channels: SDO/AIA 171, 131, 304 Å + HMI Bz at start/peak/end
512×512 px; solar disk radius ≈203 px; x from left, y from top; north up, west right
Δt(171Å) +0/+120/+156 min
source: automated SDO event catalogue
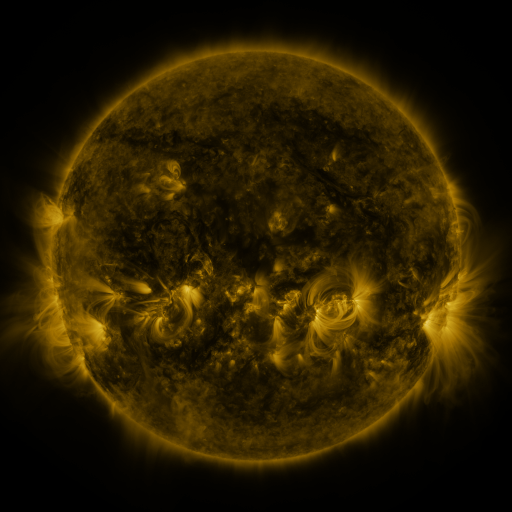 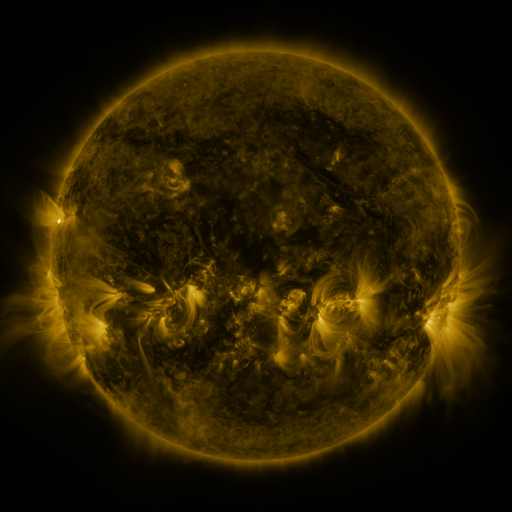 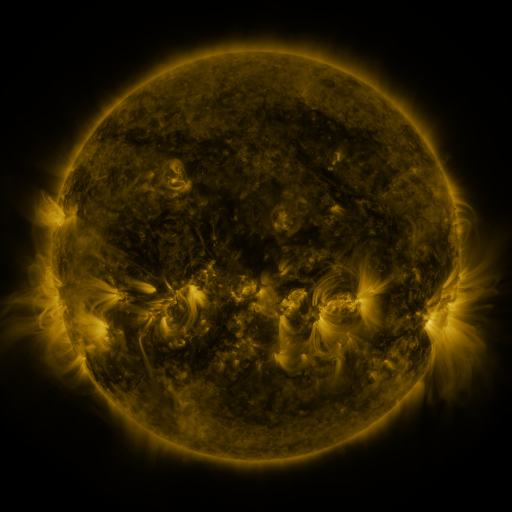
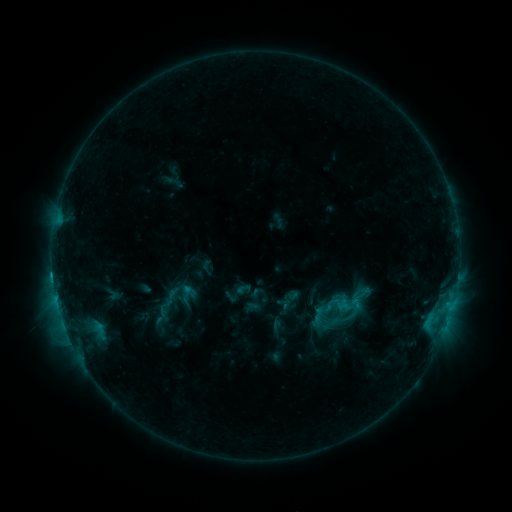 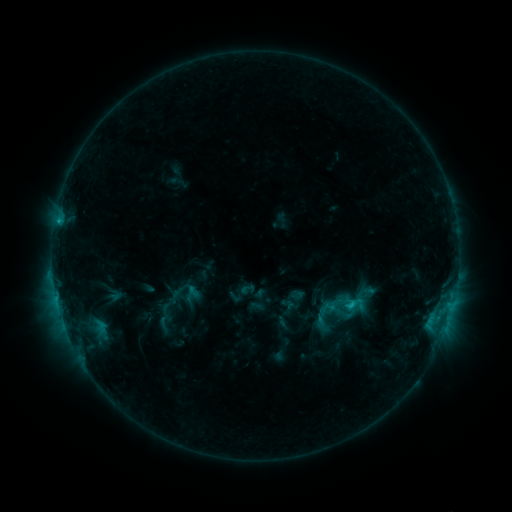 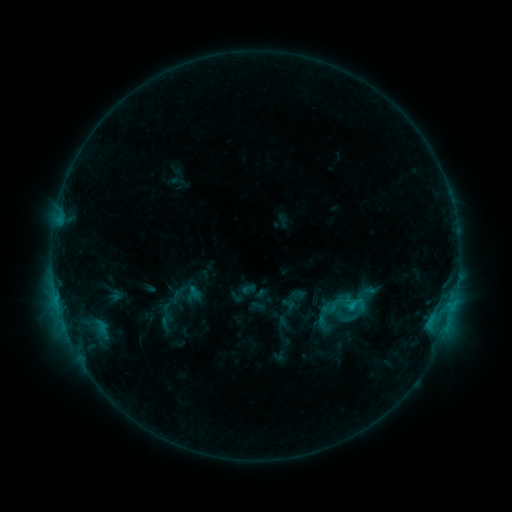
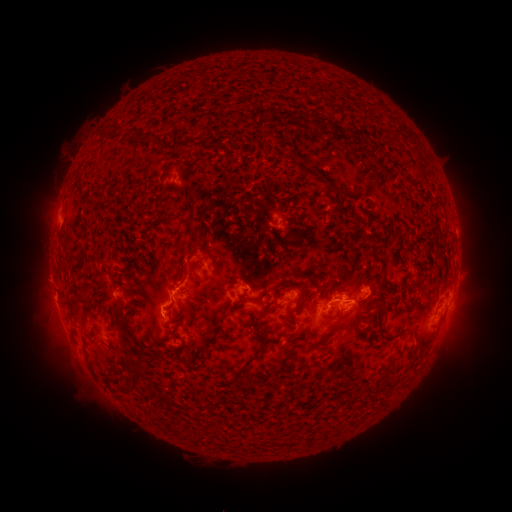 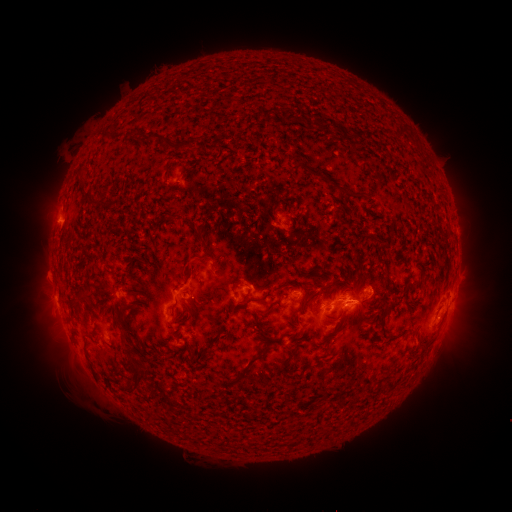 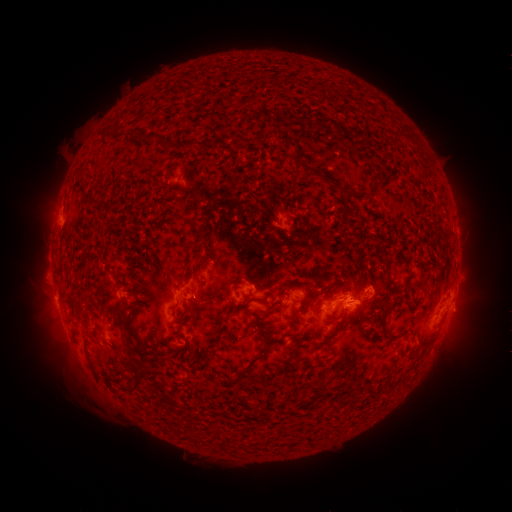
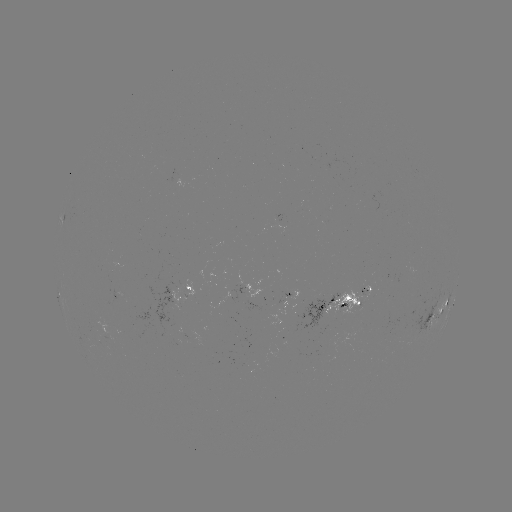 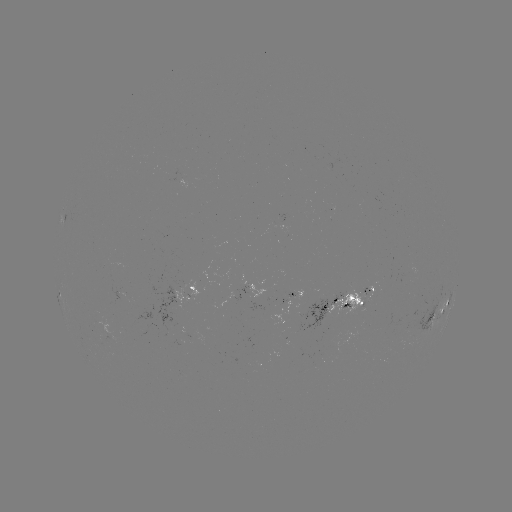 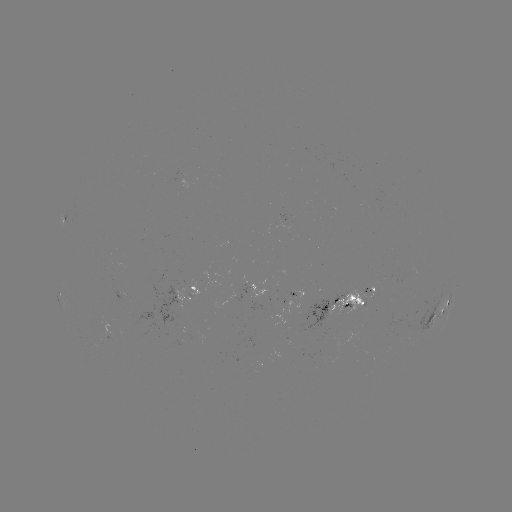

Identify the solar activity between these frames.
emerging-flux region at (290, 297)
